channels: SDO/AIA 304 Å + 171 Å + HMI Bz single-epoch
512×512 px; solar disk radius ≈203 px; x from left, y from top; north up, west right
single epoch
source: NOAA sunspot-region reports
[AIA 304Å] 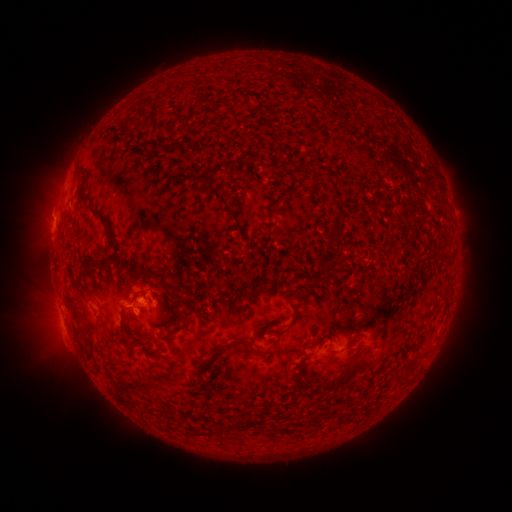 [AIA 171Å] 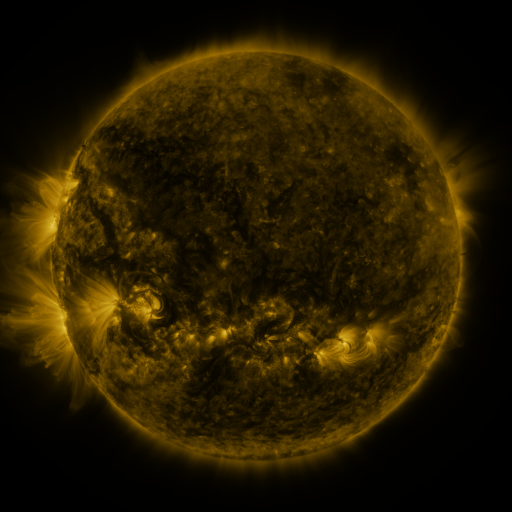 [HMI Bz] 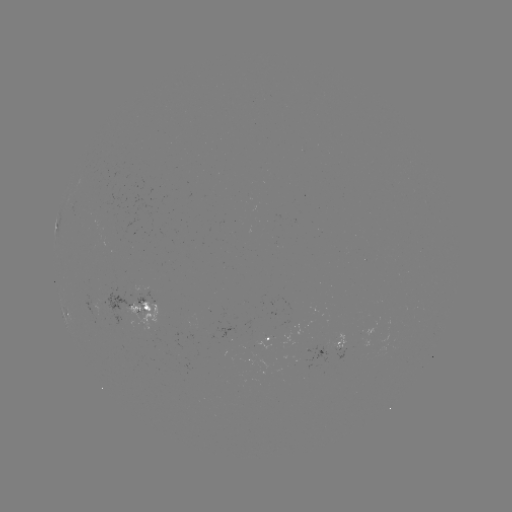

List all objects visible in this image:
spotted active region: (143, 307)
spotted active region: (69, 320)
spotted active region: (279, 338)
spotted active region: (330, 346)
